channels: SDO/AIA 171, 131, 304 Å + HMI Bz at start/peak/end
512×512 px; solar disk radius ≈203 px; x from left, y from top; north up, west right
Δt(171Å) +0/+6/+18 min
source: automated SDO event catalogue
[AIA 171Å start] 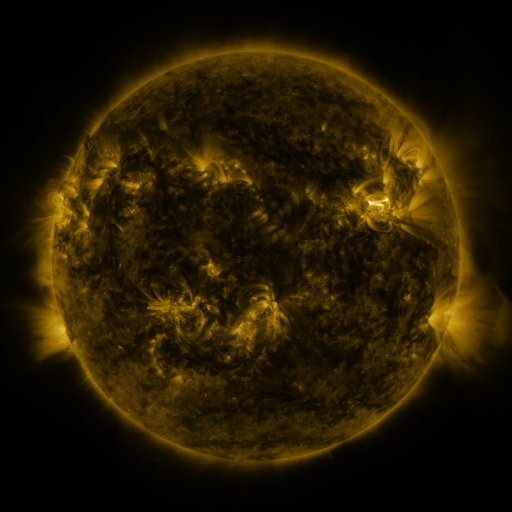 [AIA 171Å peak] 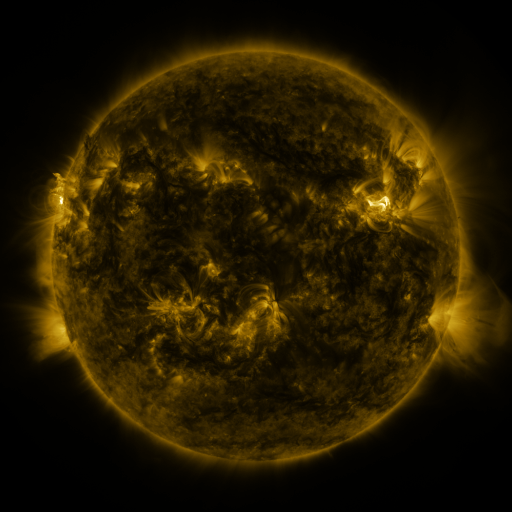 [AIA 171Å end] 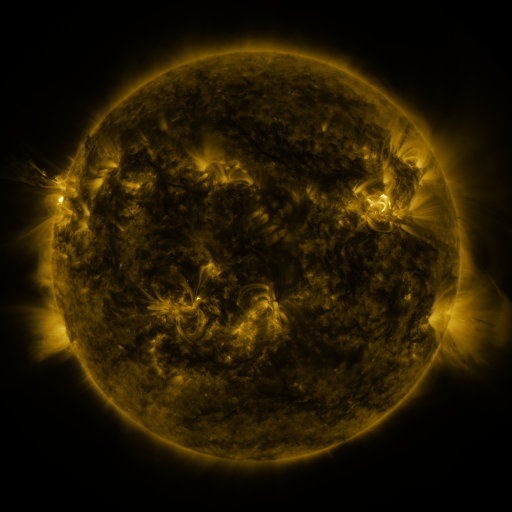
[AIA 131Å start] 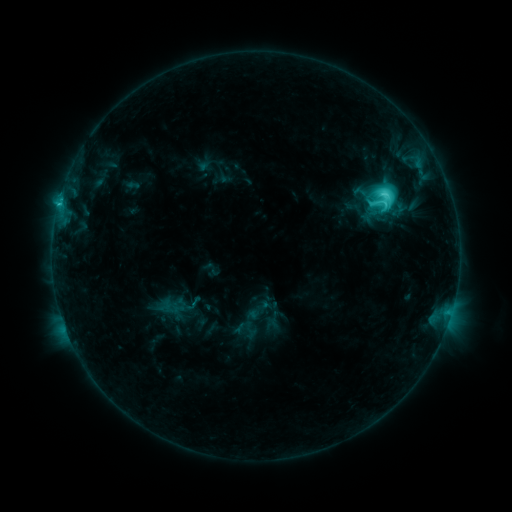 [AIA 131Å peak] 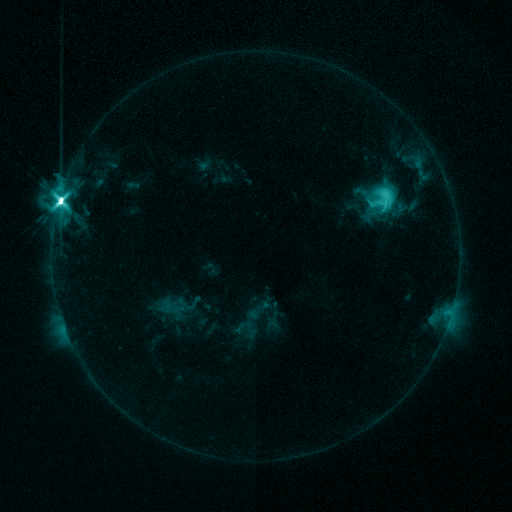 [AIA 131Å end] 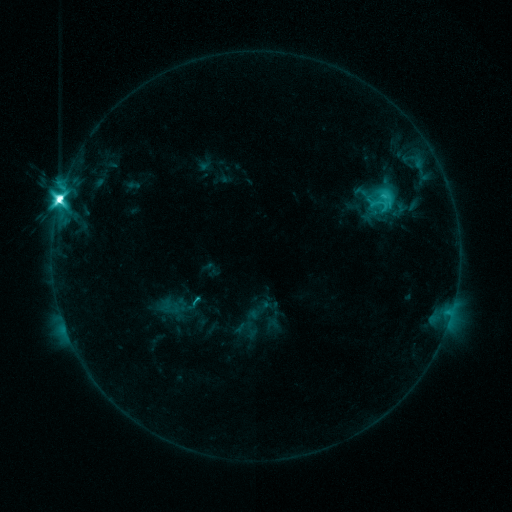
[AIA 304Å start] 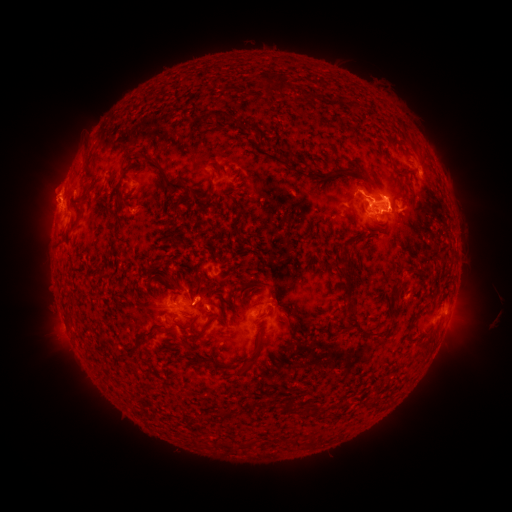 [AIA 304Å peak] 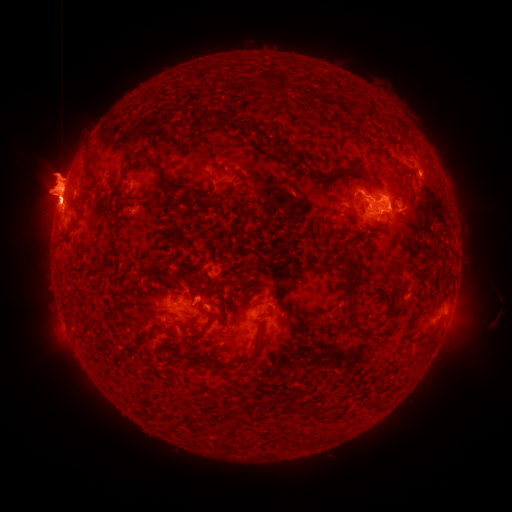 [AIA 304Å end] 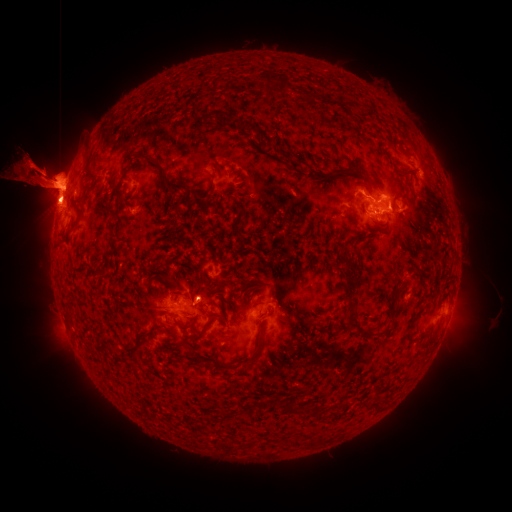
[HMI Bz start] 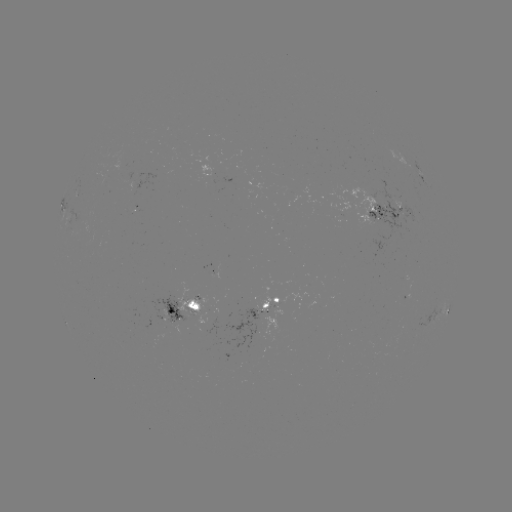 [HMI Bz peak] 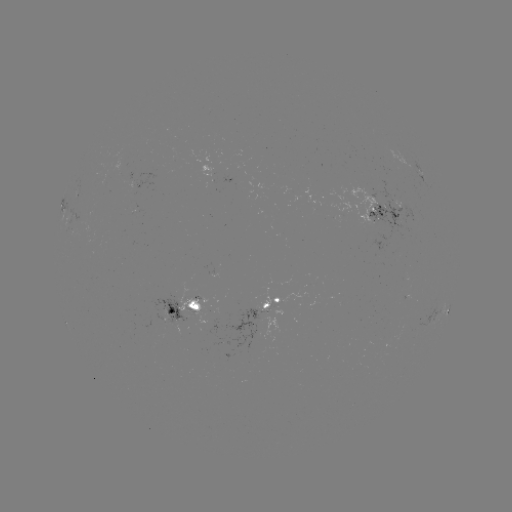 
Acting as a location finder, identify M5.7 flare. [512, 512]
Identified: (61, 201).